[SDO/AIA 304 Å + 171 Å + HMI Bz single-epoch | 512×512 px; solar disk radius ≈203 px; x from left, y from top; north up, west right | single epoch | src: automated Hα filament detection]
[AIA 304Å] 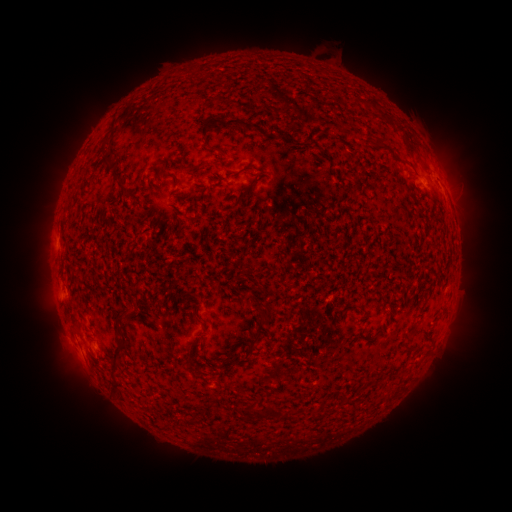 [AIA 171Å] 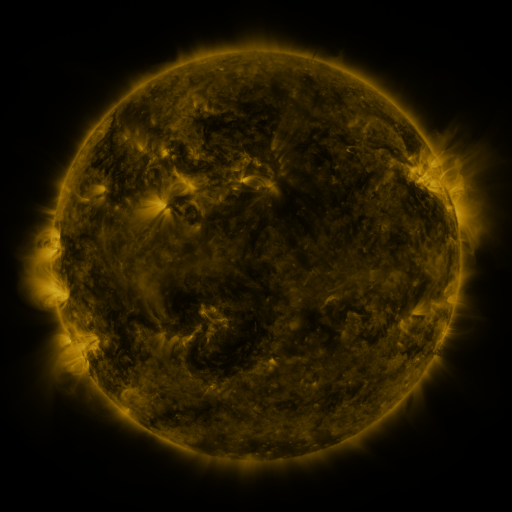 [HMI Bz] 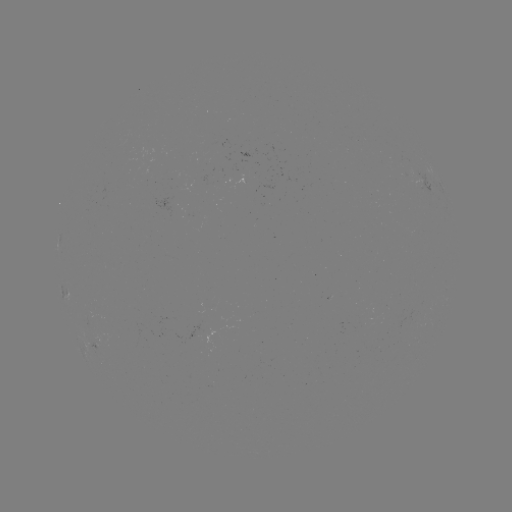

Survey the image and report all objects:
filament: (364, 102)
filament: (270, 108)
filament: (393, 123)
filament: (227, 124)
filament: (377, 143)
filament: (216, 149)
filament: (105, 159)
filament: (425, 166)
filament: (195, 169)
filament: (117, 170)
filament: (160, 174)
filament: (255, 181)
filament: (241, 197)
filament: (261, 289)
filament: (266, 316)
filament: (118, 318)
filament: (205, 324)
filament: (246, 344)
filament: (410, 348)
filament: (115, 357)
filament: (116, 386)
filament: (344, 399)
filament: (265, 412)
